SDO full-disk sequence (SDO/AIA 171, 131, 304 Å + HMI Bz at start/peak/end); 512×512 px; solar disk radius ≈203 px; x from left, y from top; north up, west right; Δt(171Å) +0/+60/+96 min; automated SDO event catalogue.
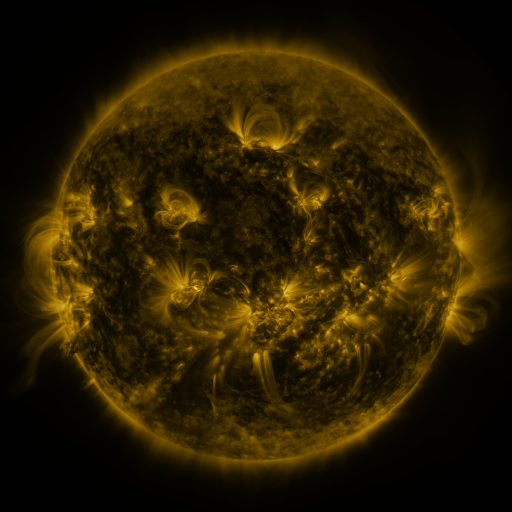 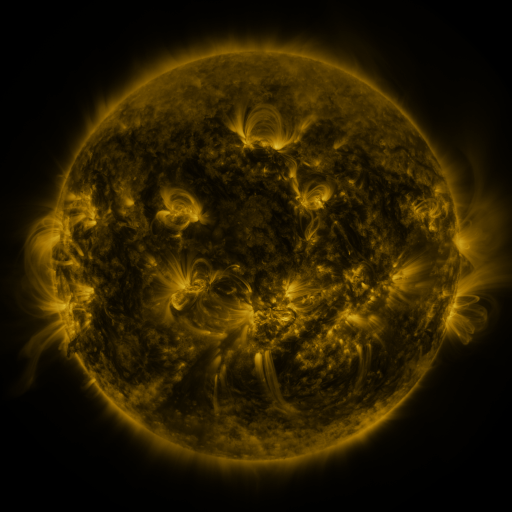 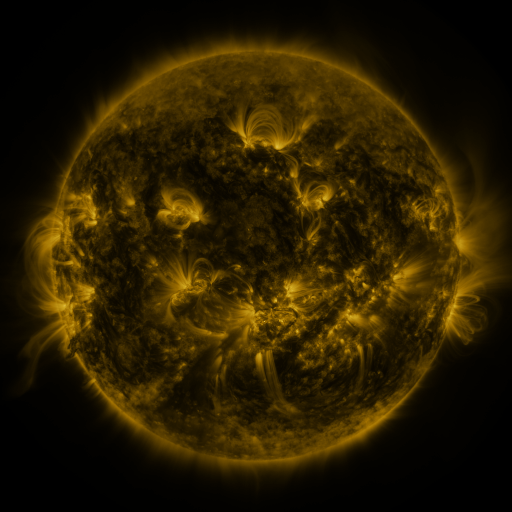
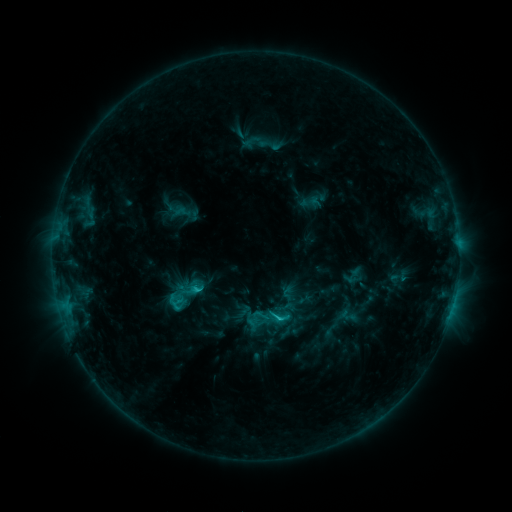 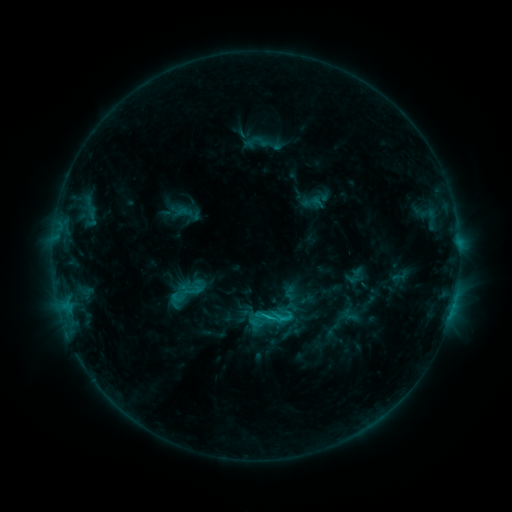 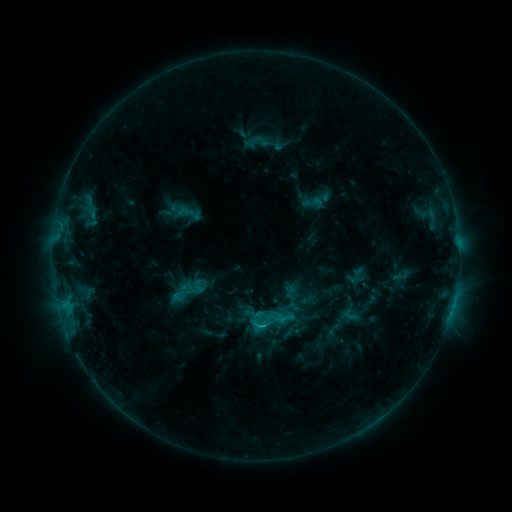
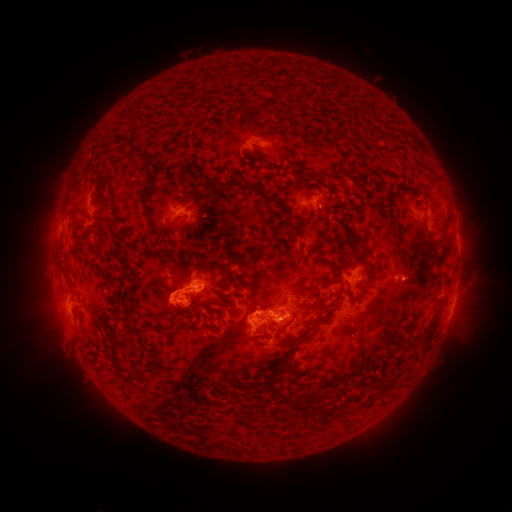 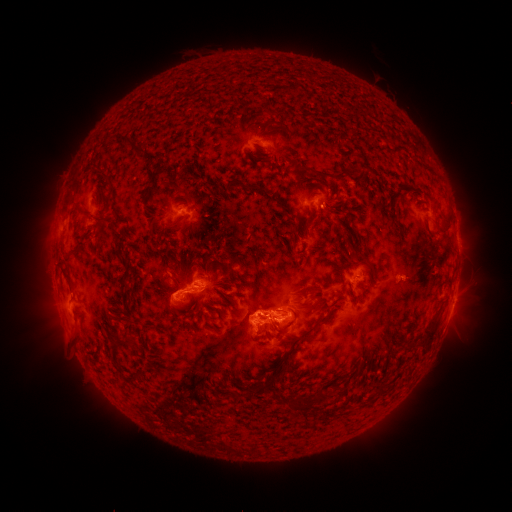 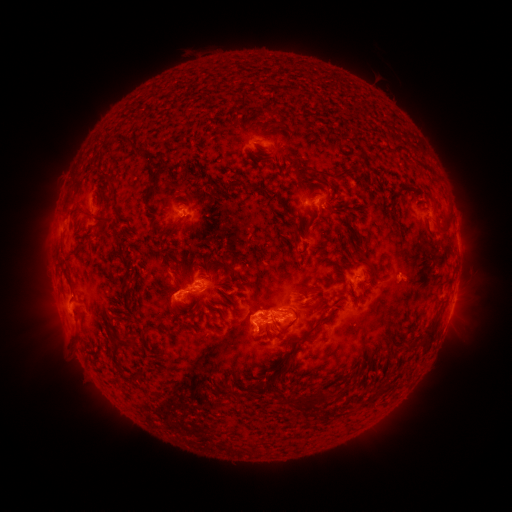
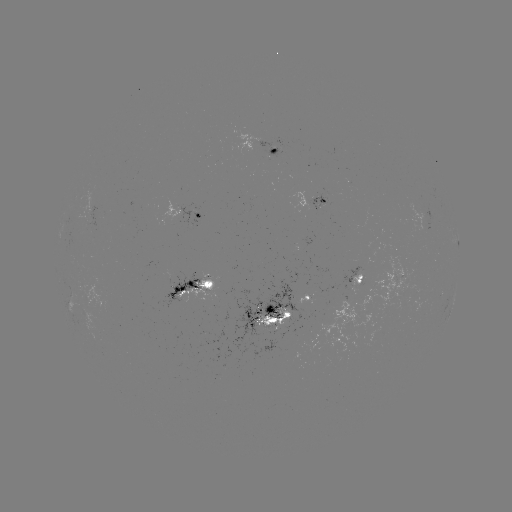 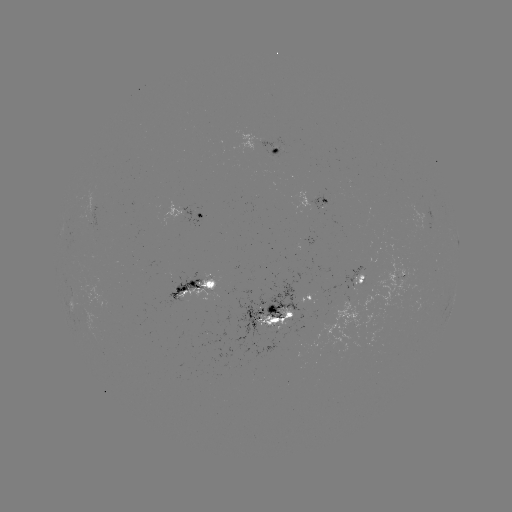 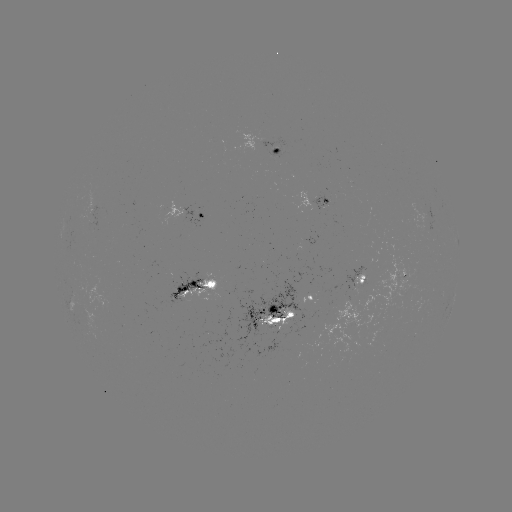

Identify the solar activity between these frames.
emerging-flux region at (304, 241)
